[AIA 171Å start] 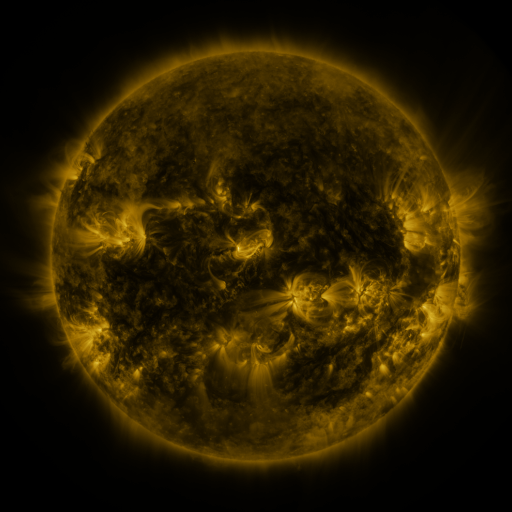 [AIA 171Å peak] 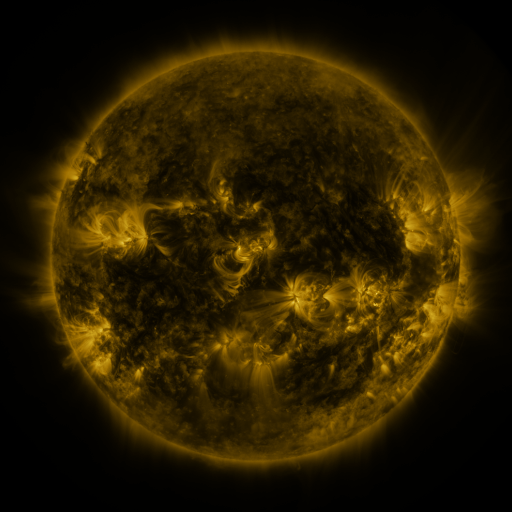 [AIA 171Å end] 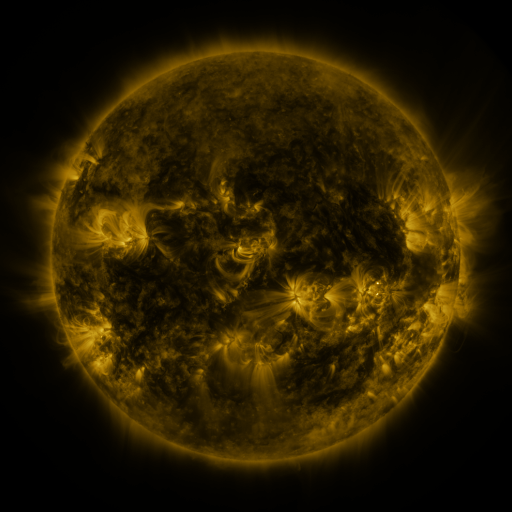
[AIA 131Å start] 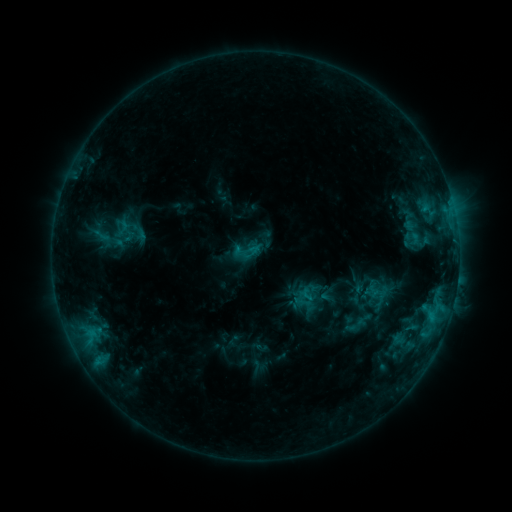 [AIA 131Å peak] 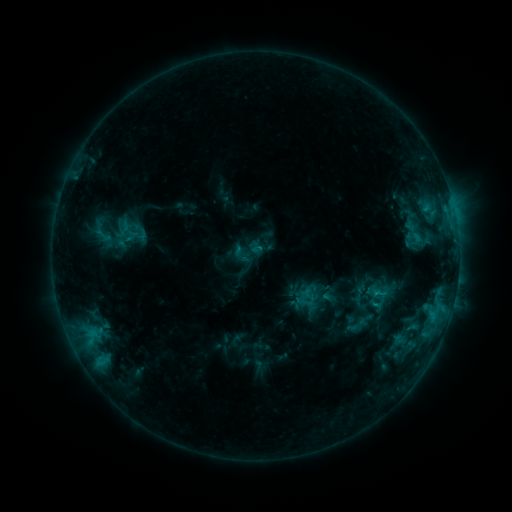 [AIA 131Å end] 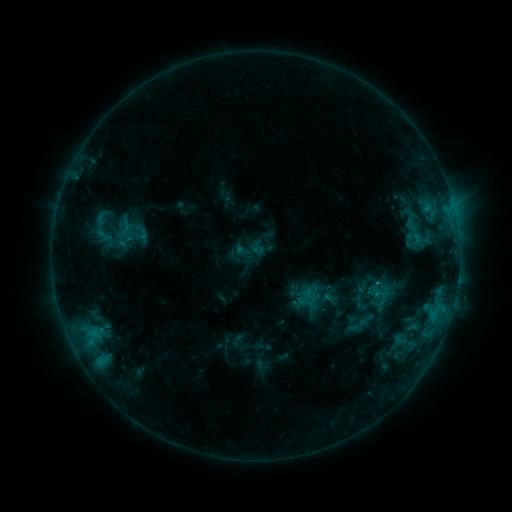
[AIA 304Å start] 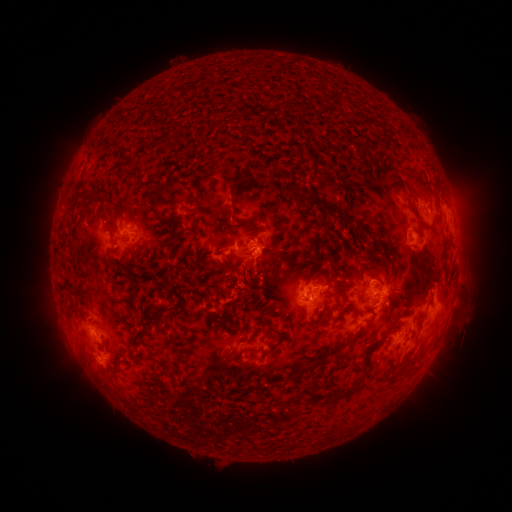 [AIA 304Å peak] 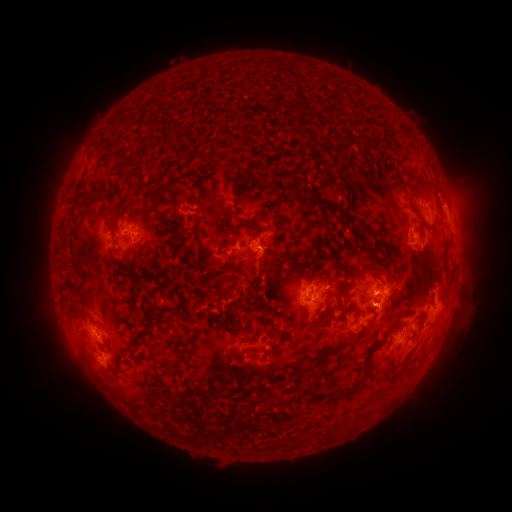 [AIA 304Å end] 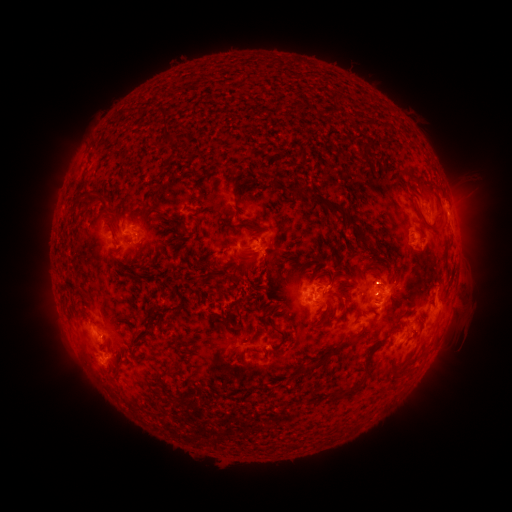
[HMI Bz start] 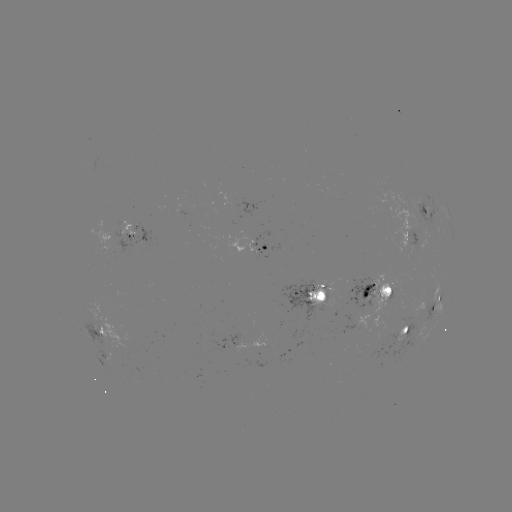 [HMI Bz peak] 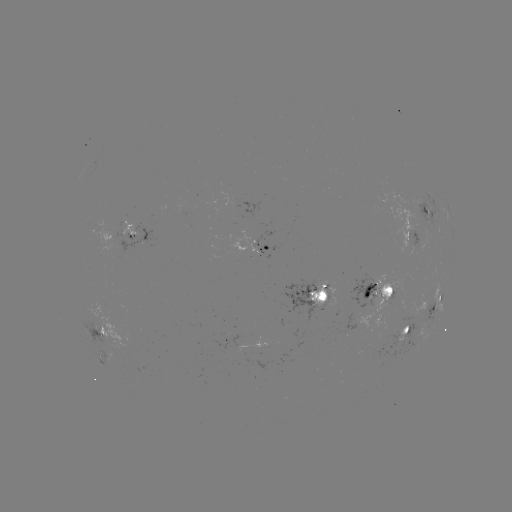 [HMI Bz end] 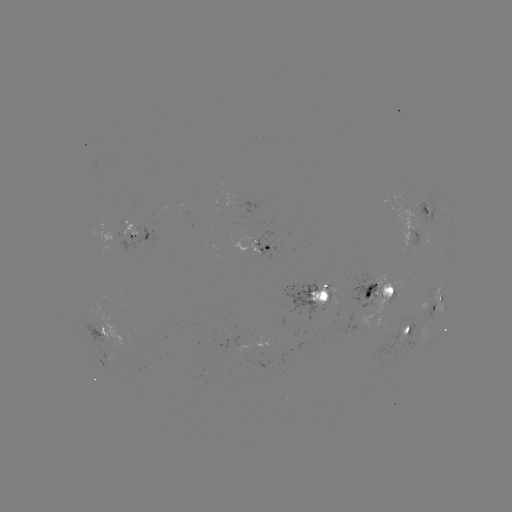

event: emerging-flux region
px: (111, 235)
